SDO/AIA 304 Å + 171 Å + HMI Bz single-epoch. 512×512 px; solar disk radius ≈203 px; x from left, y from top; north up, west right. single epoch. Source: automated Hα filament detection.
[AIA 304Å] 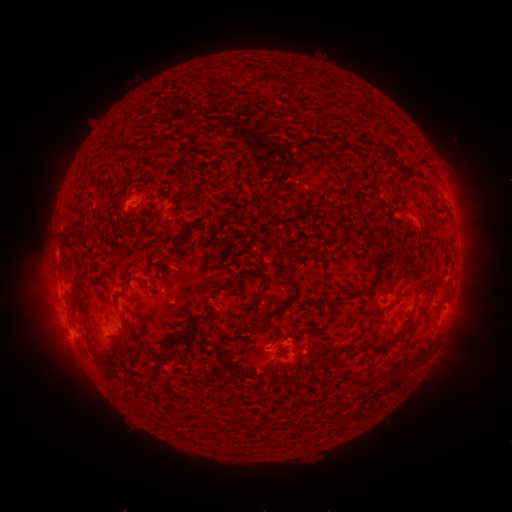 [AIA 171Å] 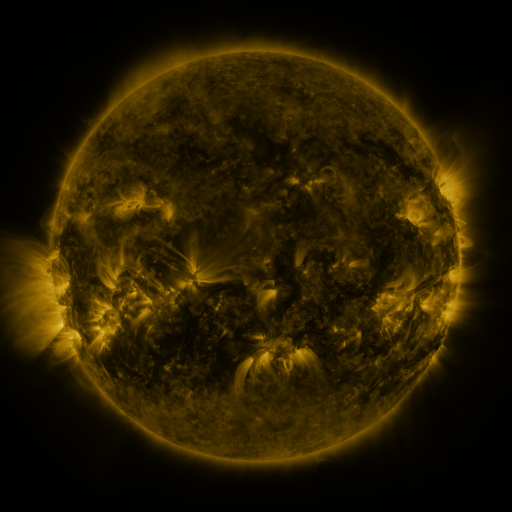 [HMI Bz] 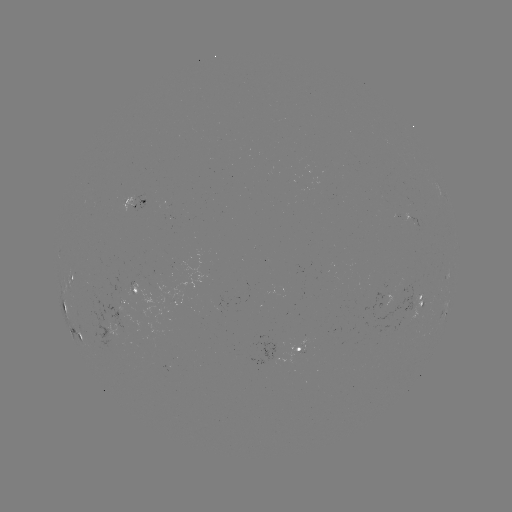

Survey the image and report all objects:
filament: [284, 79, 293, 89]
filament: [311, 89, 325, 100]
filament: [288, 108, 311, 123]
filament: [143, 129, 185, 141]
filament: [329, 137, 360, 163]
filament: [365, 160, 398, 174]
filament: [332, 188, 340, 199]
filament: [190, 212, 209, 225]
filament: [72, 219, 81, 228]
filament: [154, 231, 165, 242]
filament: [385, 233, 395, 242]
filament: [376, 253, 386, 261]
filament: [63, 254, 83, 292]
filament: [144, 262, 156, 280]
filament: [369, 266, 380, 288]
filament: [348, 269, 358, 279]
filament: [445, 270, 452, 280]
filament: [394, 276, 406, 300]
filament: [110, 289, 117, 310]
filament: [362, 295, 370, 307]
filament: [168, 296, 210, 340]
filament: [170, 299, 184, 317]
filament: [335, 303, 345, 317]
filament: [348, 303, 358, 313]
filament: [67, 306, 89, 345]
filament: [407, 311, 419, 320]
filament: [161, 331, 173, 349]
filament: [290, 333, 313, 359]
filament: [384, 345, 398, 359]
filament: [192, 352, 202, 359]
filament: [246, 352, 272, 372]
filament: [115, 355, 123, 366]
filament: [278, 355, 288, 365]
filament: [370, 359, 383, 368]
filament: [400, 371, 414, 383]
filament: [384, 377, 395, 387]
